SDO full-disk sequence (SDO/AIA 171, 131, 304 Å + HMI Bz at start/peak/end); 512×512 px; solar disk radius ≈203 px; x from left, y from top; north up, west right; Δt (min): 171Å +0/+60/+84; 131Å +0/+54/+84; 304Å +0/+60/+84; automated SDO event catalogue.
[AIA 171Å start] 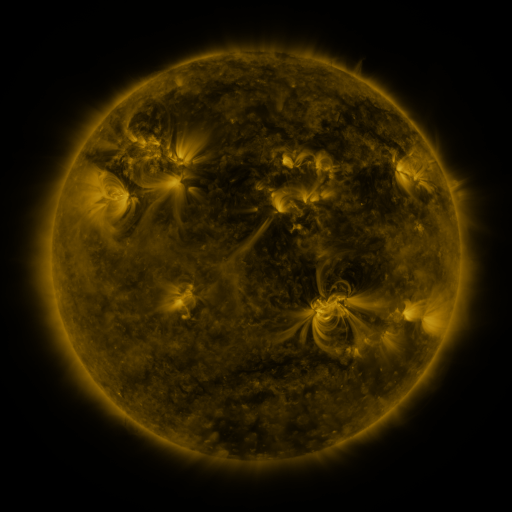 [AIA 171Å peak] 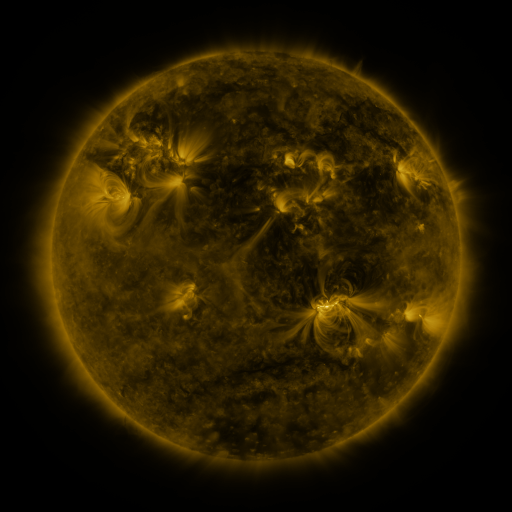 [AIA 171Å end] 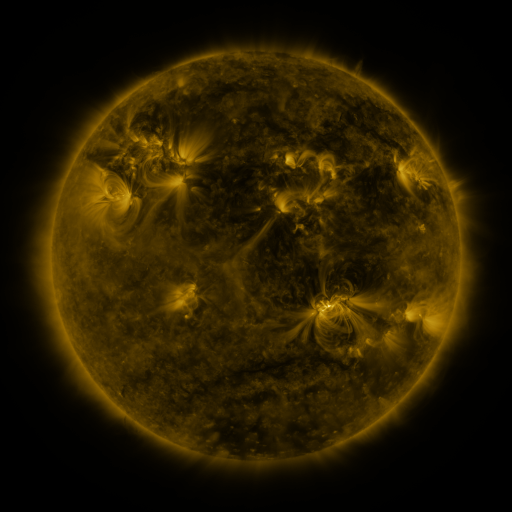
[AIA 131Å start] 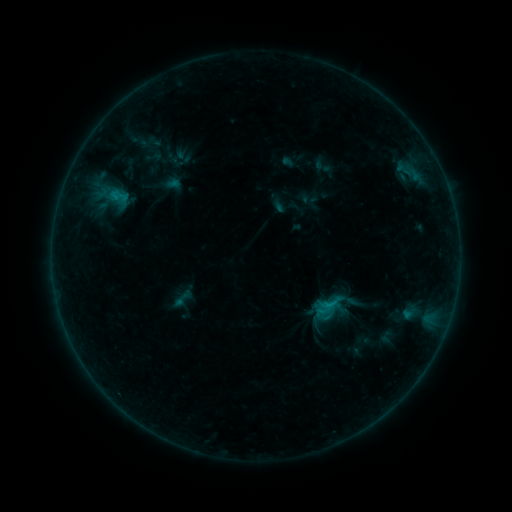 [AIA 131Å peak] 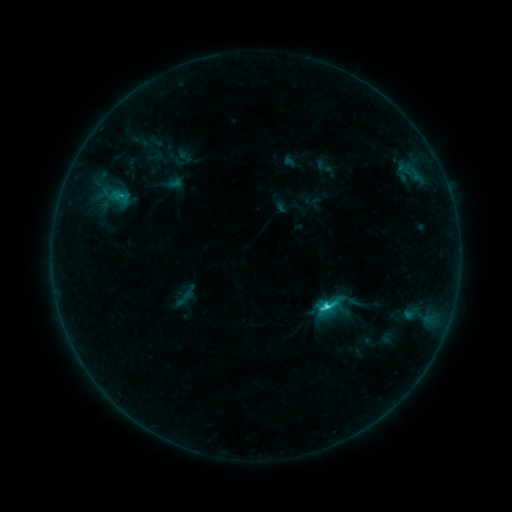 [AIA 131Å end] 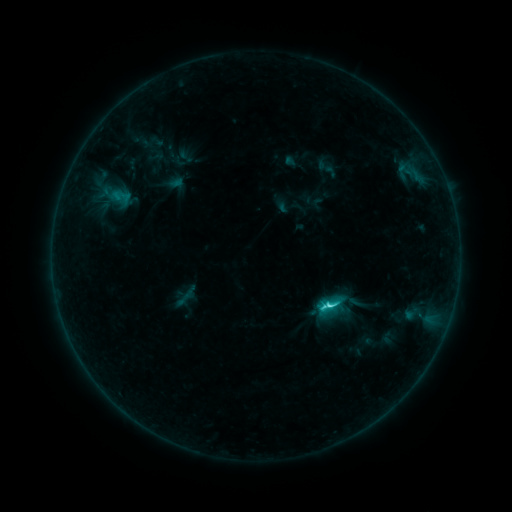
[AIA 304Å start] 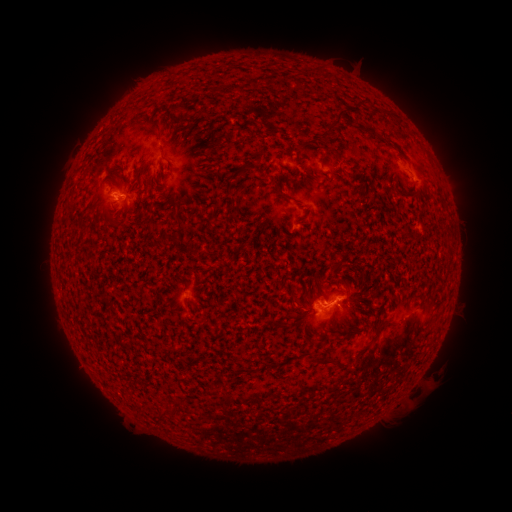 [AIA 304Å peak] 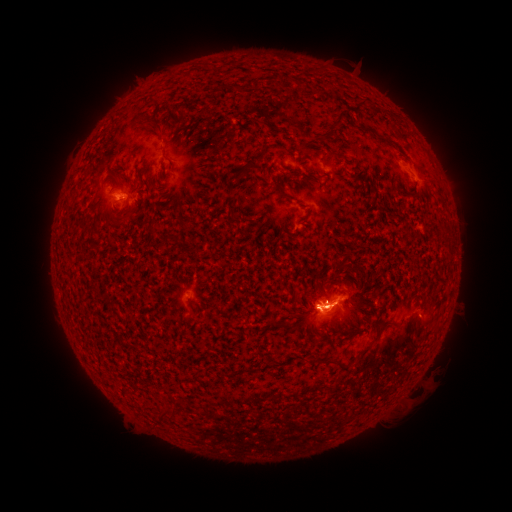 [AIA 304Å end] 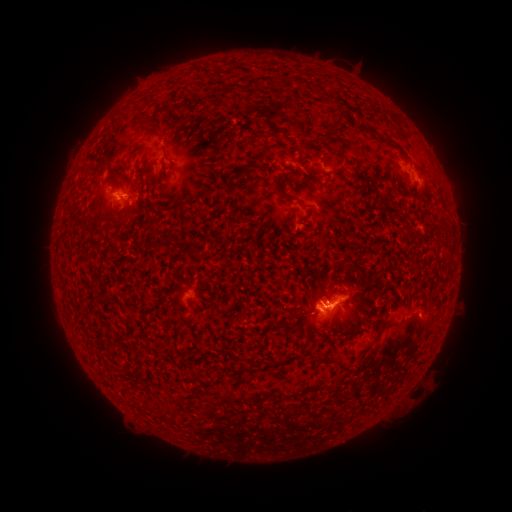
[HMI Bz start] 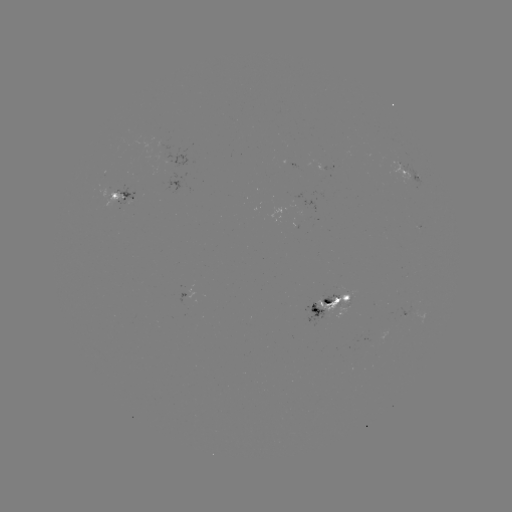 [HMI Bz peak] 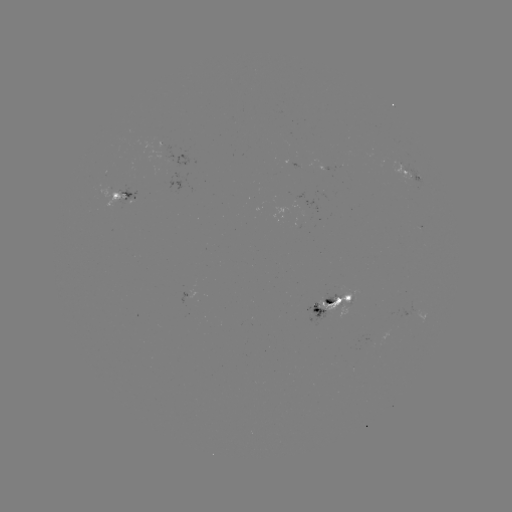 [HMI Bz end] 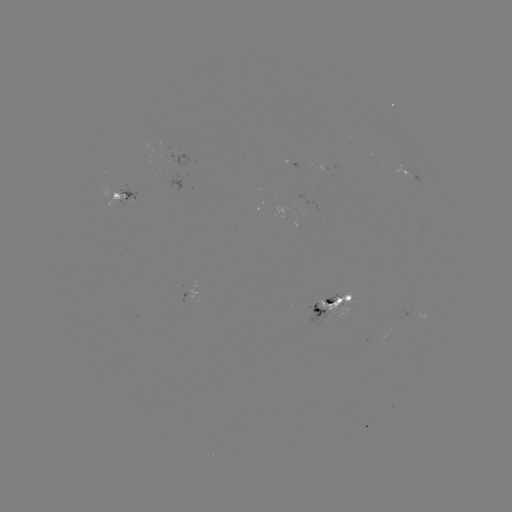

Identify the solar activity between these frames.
C6.7 flare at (324, 303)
